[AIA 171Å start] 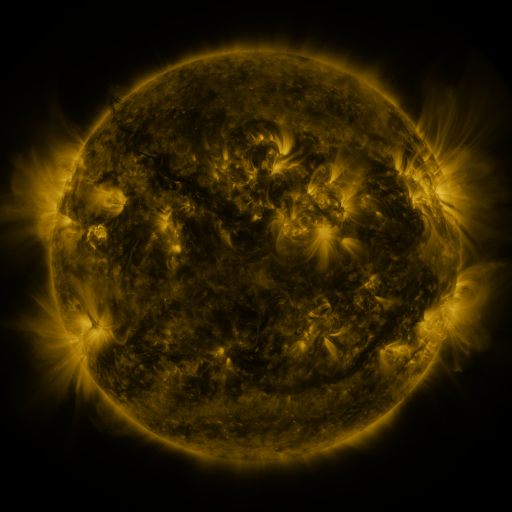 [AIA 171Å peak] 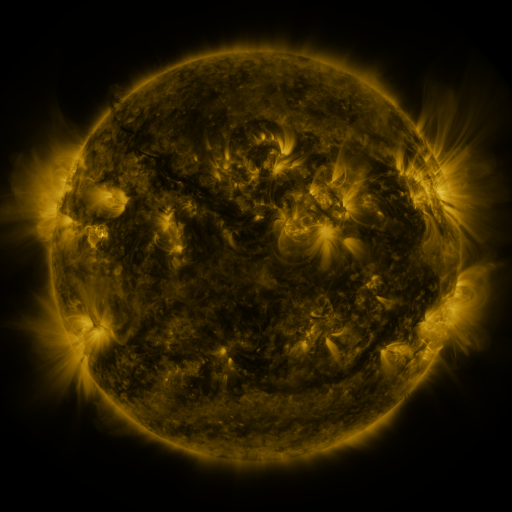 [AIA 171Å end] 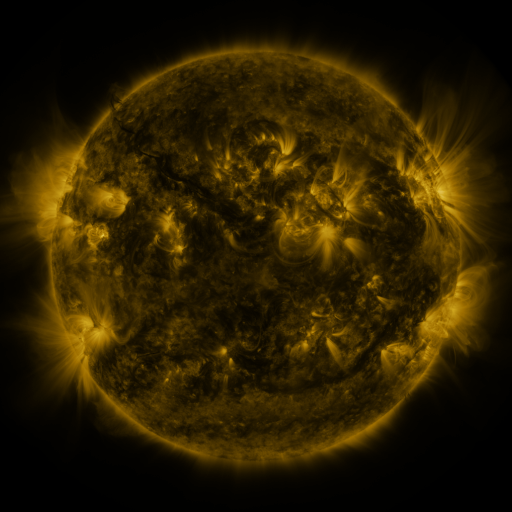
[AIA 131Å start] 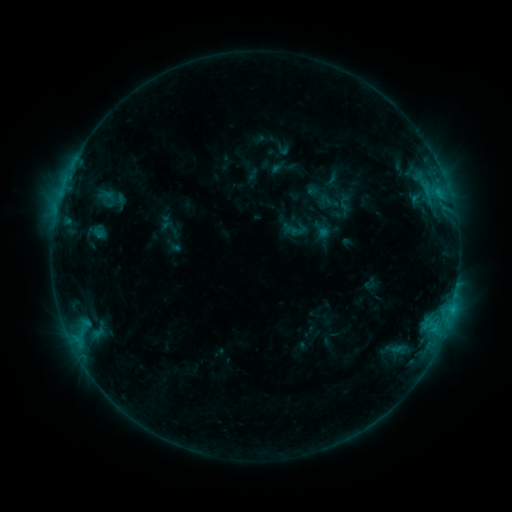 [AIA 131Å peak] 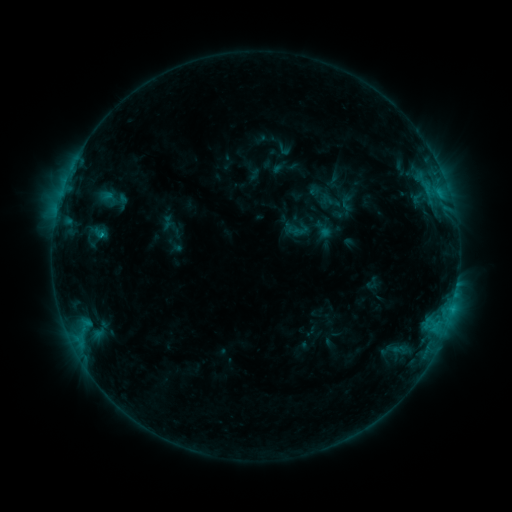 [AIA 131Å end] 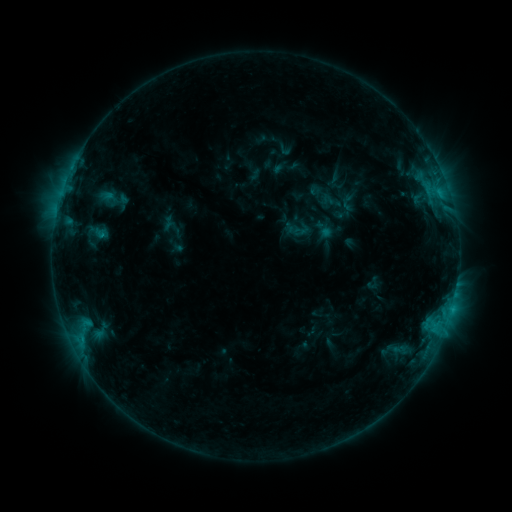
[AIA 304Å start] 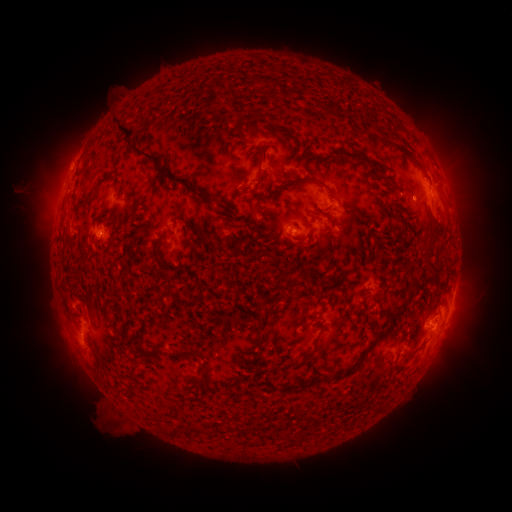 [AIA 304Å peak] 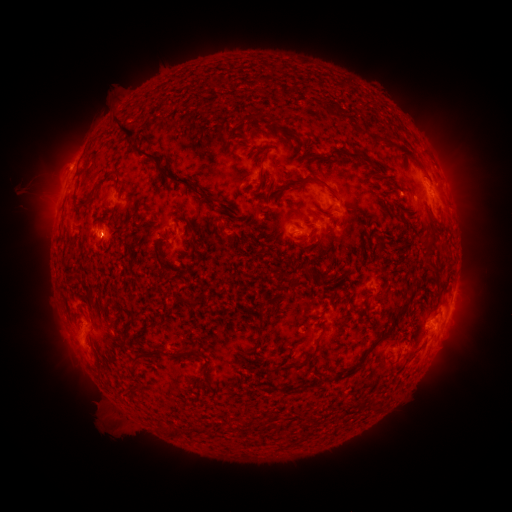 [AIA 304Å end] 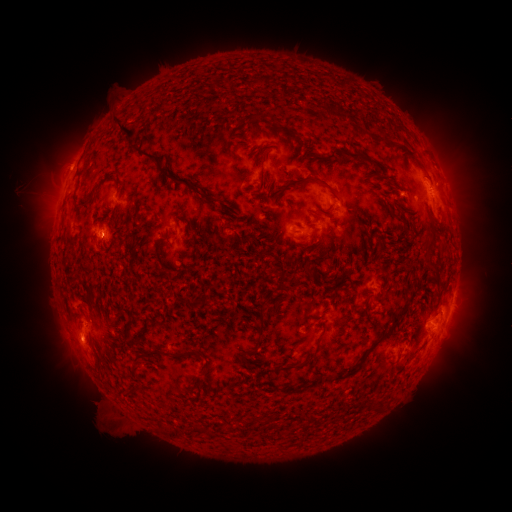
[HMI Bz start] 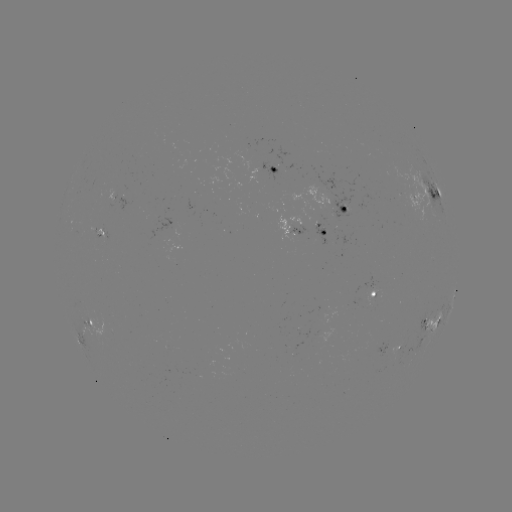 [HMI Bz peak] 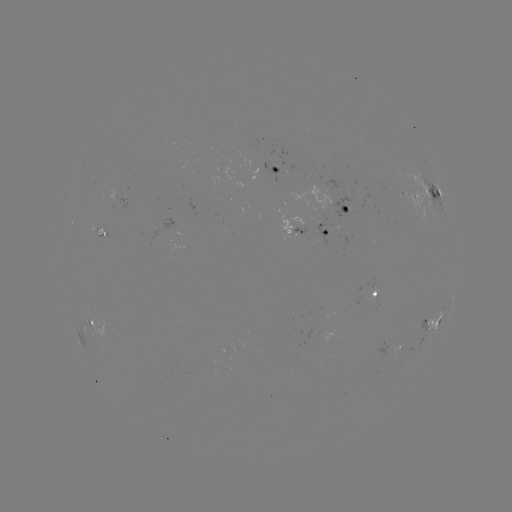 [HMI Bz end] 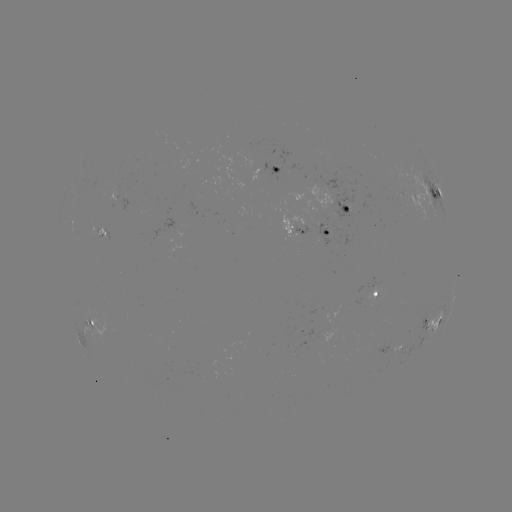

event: emerging-flux region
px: (404, 189)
